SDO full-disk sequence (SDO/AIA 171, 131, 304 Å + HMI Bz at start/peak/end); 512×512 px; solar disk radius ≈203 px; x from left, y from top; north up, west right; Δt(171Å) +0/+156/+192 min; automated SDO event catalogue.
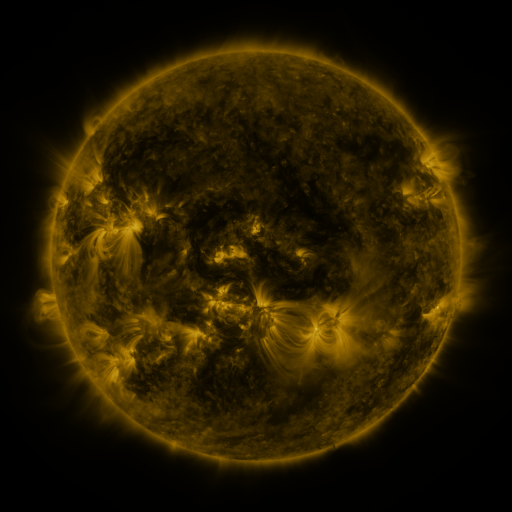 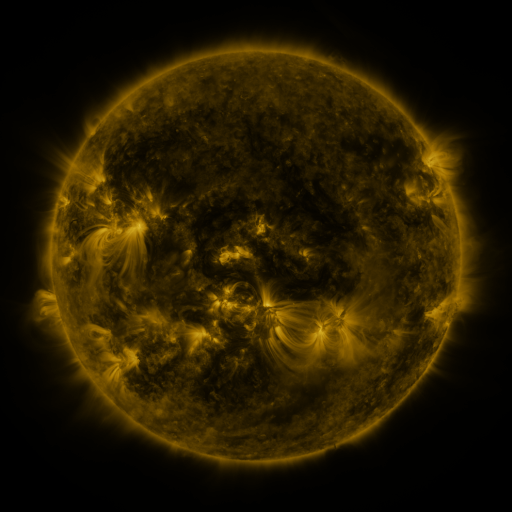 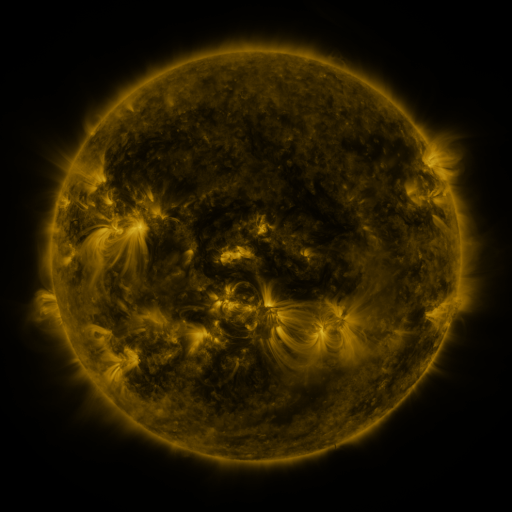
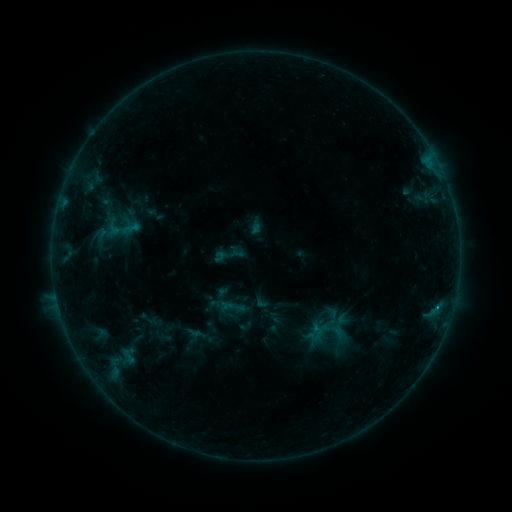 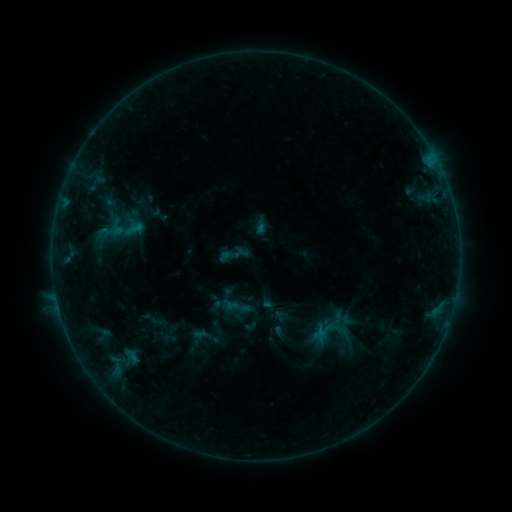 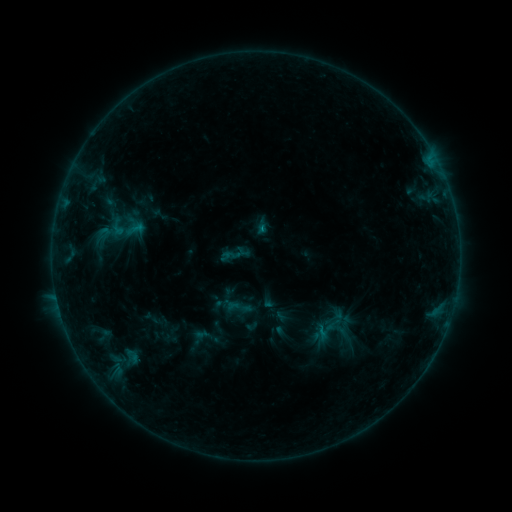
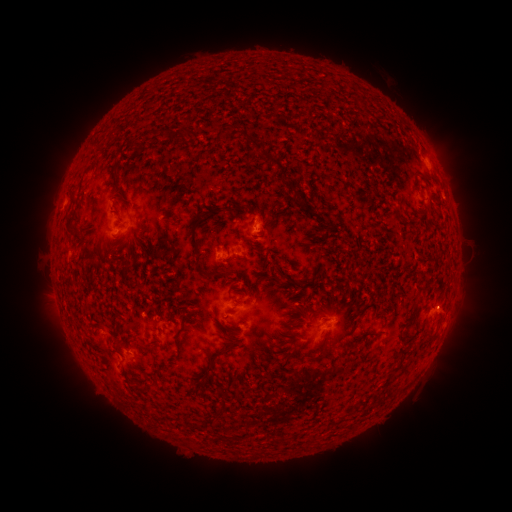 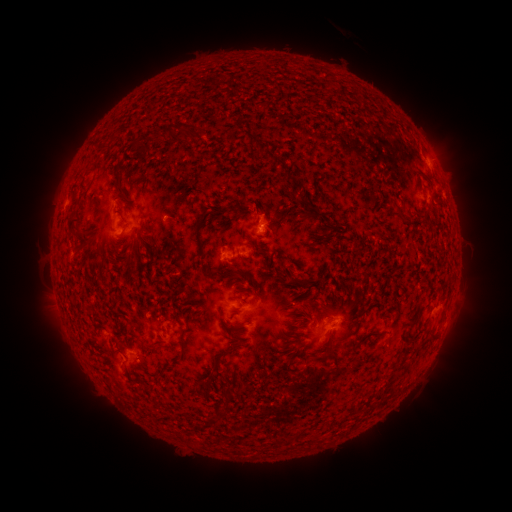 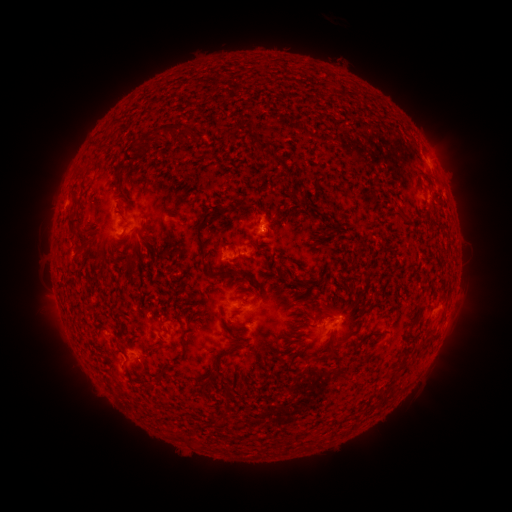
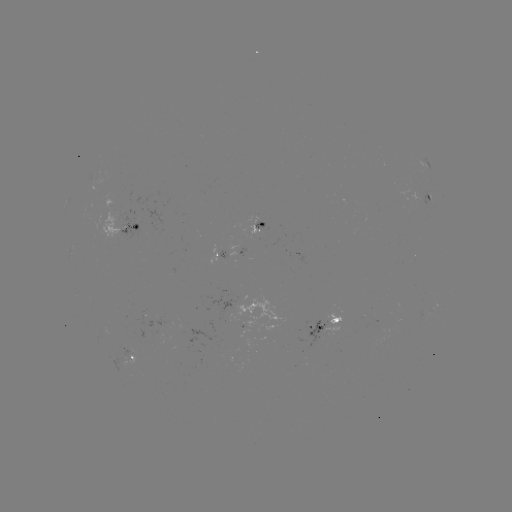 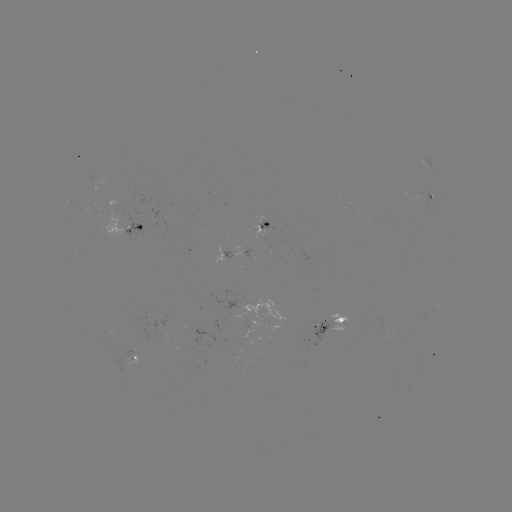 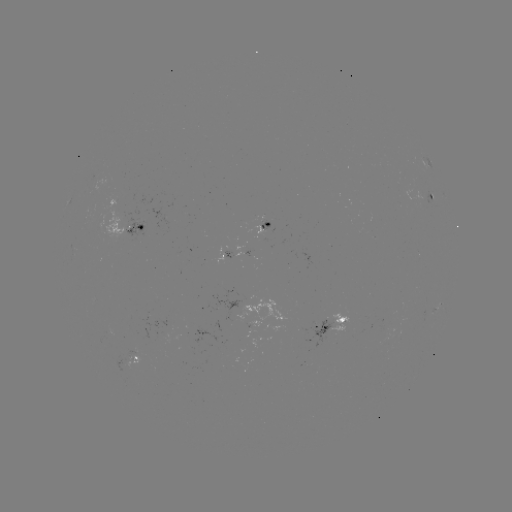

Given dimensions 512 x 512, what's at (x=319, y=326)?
emerging-flux region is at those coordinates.